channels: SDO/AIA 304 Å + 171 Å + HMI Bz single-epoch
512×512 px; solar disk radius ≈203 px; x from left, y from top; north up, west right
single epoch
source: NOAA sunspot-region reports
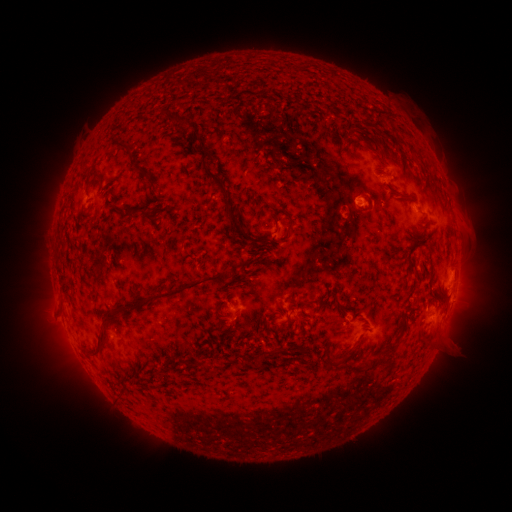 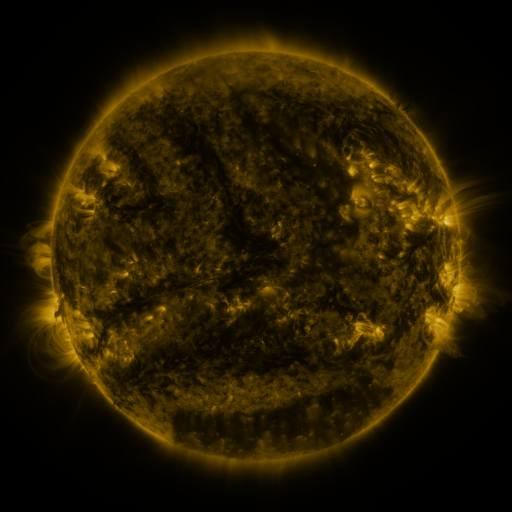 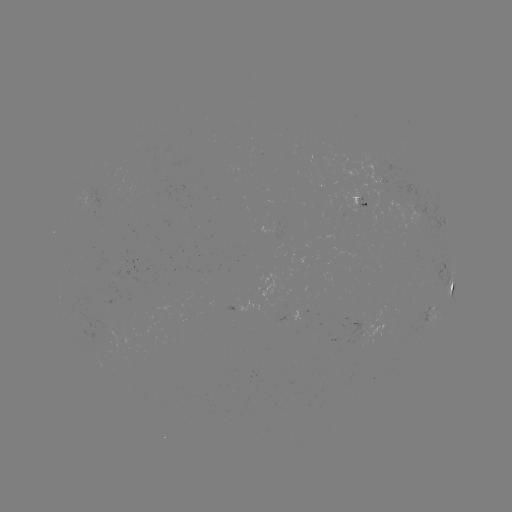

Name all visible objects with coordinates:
spotted active region: (362, 201)
spotted active region: (426, 215)
spotted active region: (453, 287)
spotted active region: (236, 307)
spotted active region: (429, 319)
